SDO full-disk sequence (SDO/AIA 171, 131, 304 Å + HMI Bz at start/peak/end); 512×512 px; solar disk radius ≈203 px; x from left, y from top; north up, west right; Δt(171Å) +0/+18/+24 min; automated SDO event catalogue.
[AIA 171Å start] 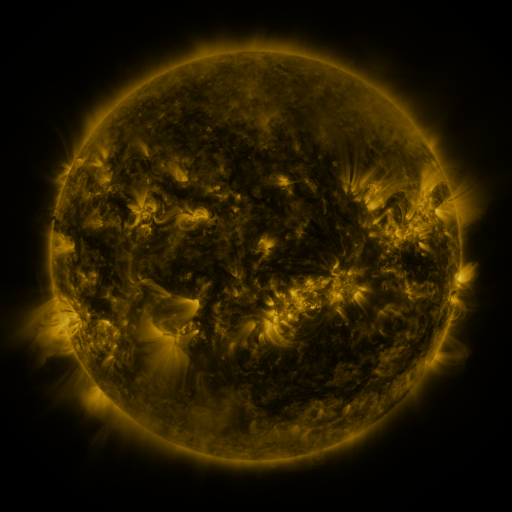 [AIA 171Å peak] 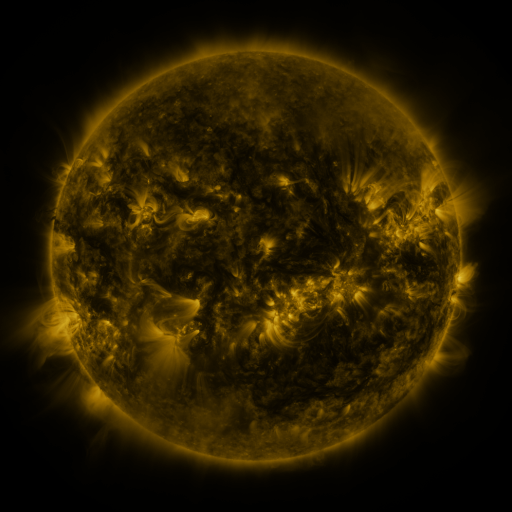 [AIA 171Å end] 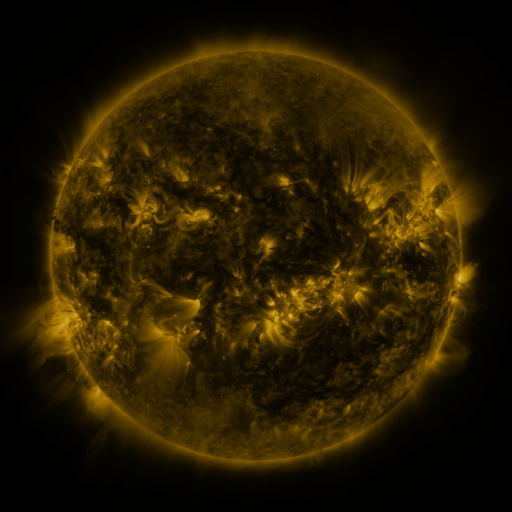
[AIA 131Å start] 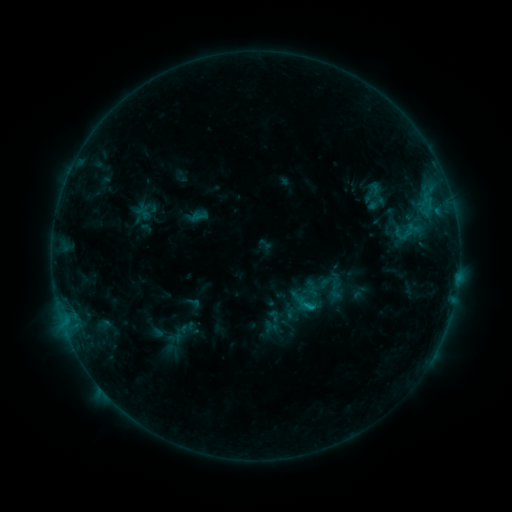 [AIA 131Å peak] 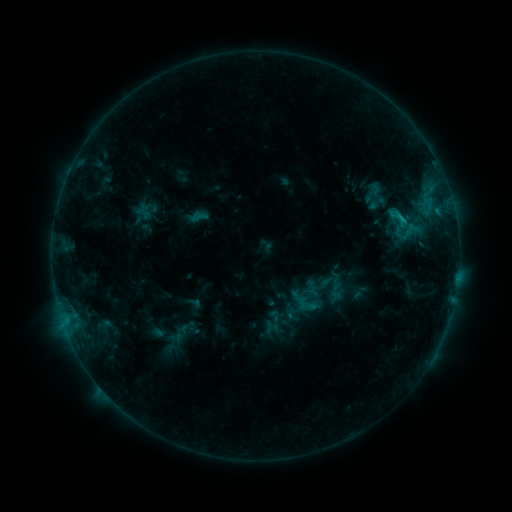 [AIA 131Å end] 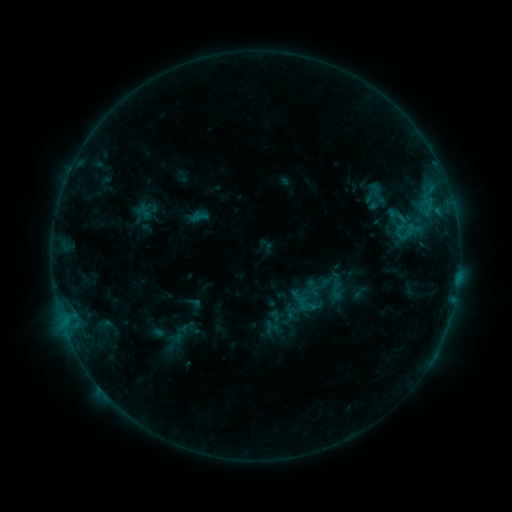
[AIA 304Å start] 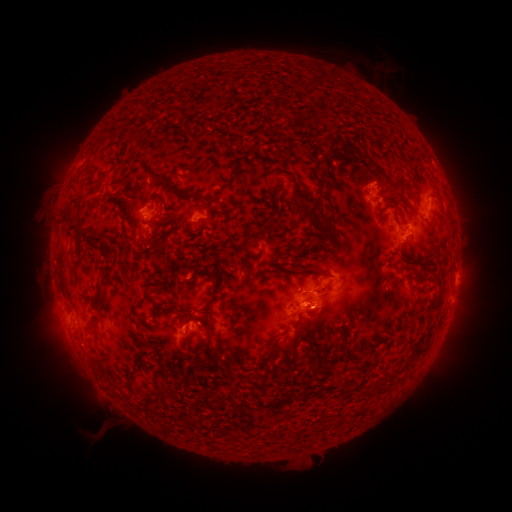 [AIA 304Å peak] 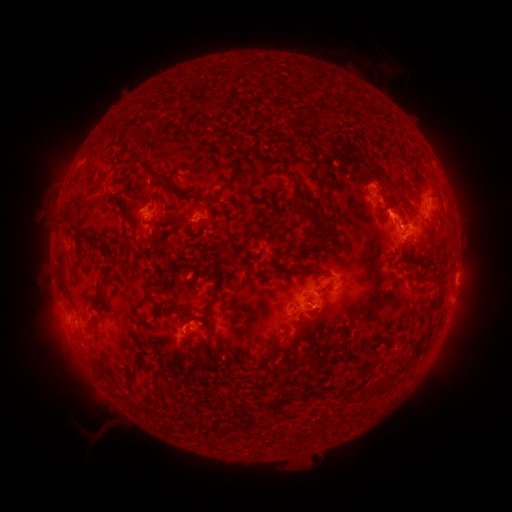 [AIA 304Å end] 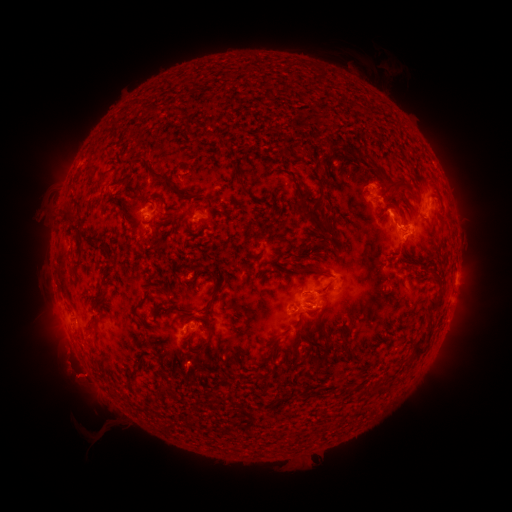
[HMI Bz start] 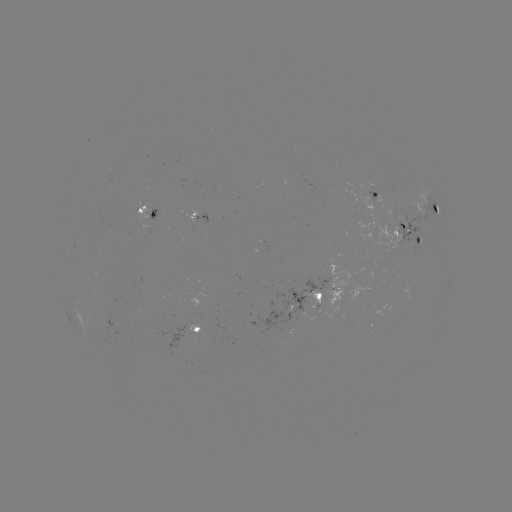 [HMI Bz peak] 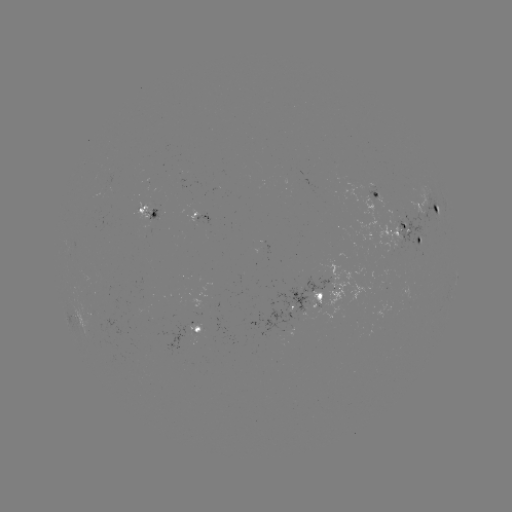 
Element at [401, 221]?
C1.0 flare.